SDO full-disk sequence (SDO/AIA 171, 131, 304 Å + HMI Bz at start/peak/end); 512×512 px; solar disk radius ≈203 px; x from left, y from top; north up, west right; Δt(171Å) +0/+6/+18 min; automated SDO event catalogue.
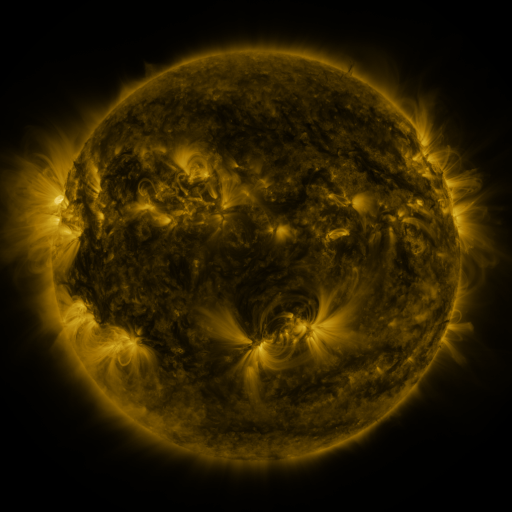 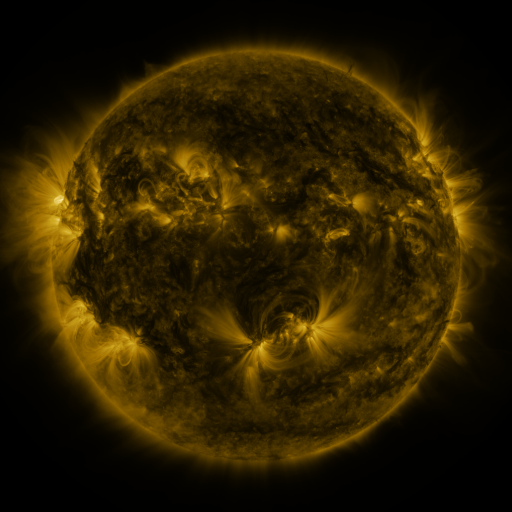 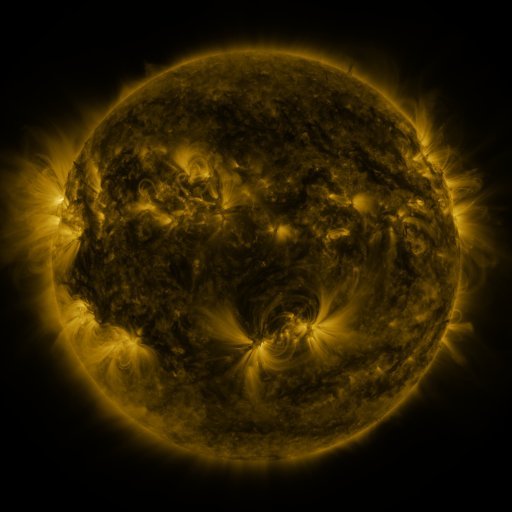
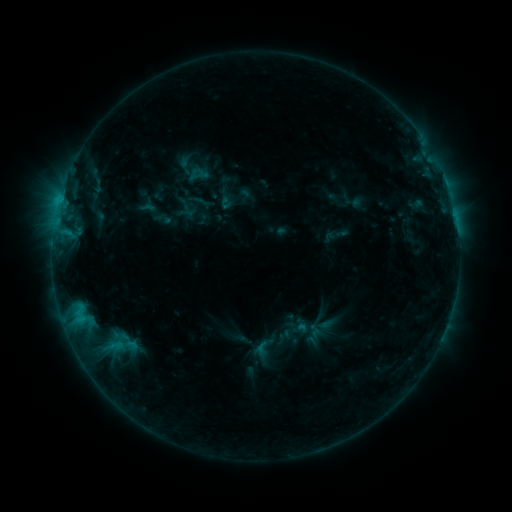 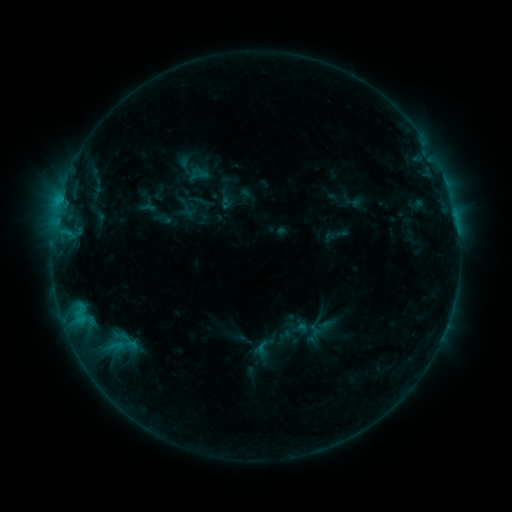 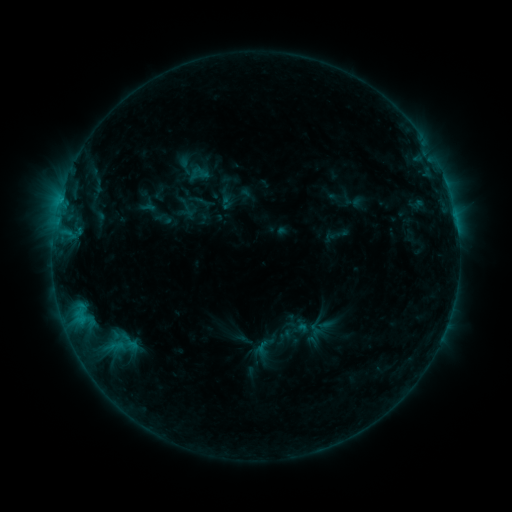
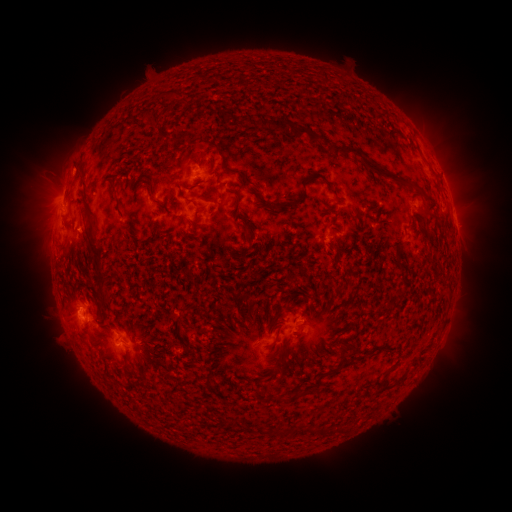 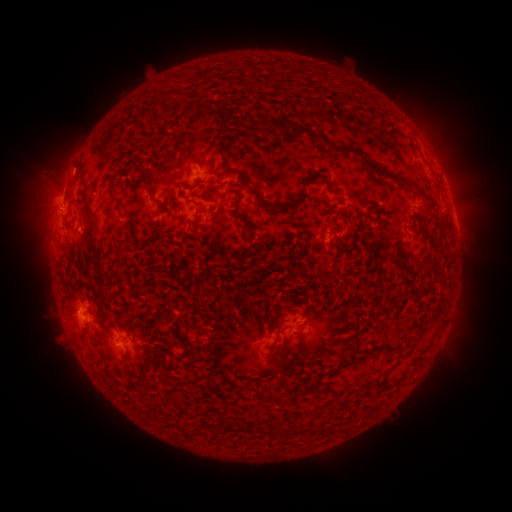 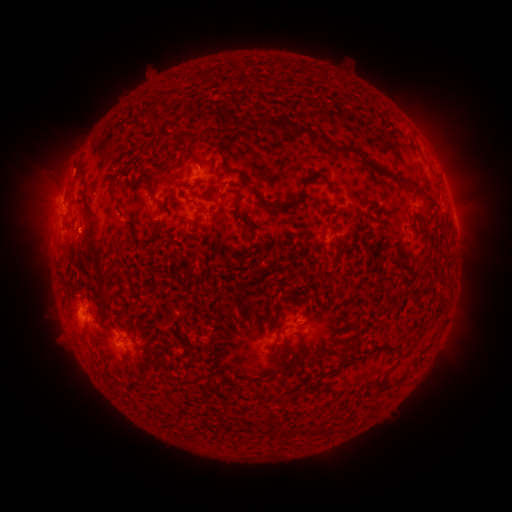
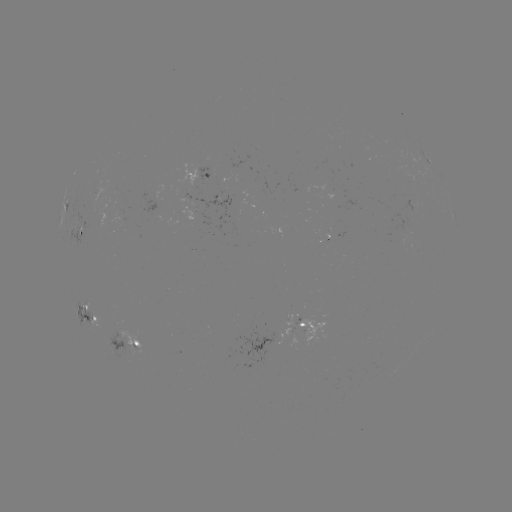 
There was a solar eruption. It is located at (75, 315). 